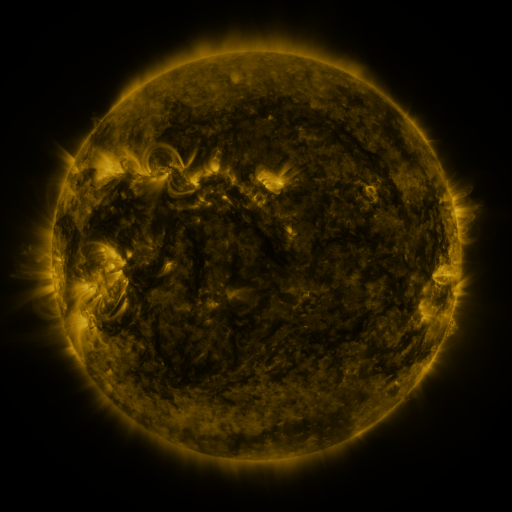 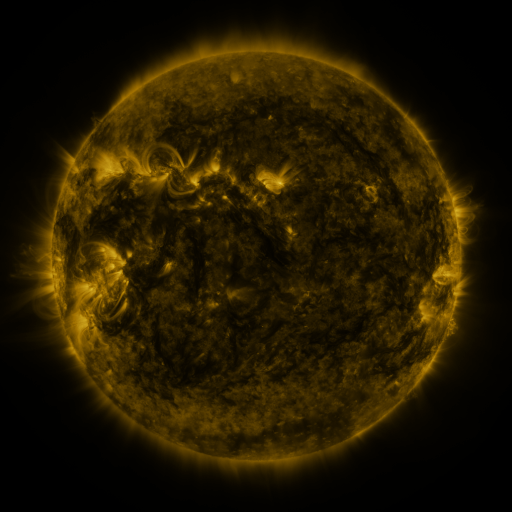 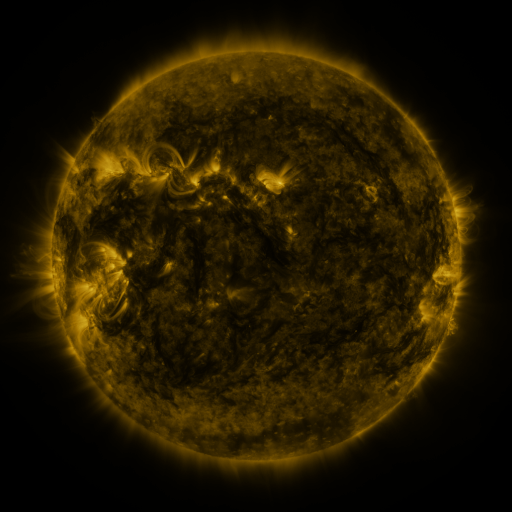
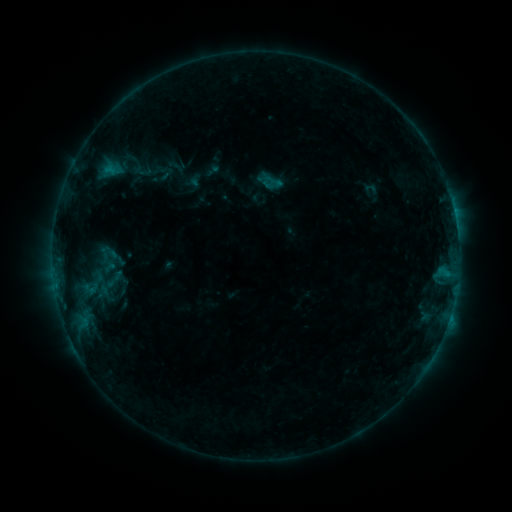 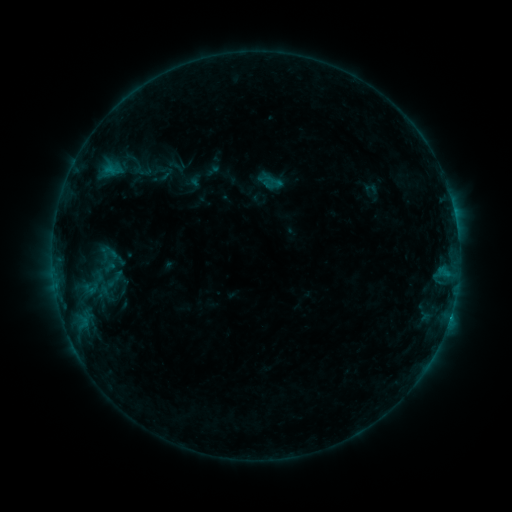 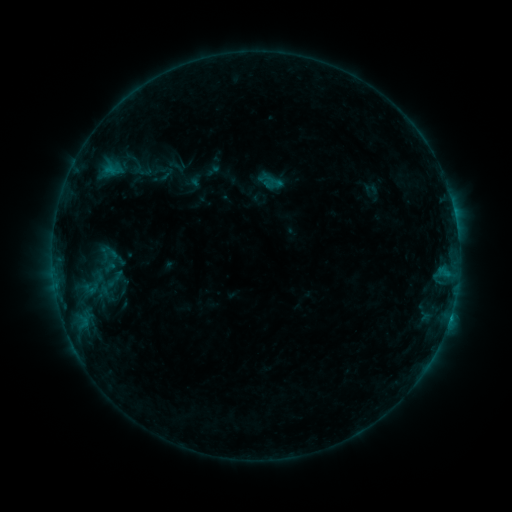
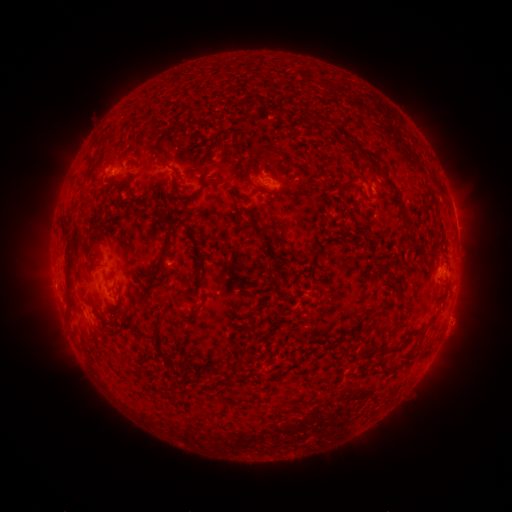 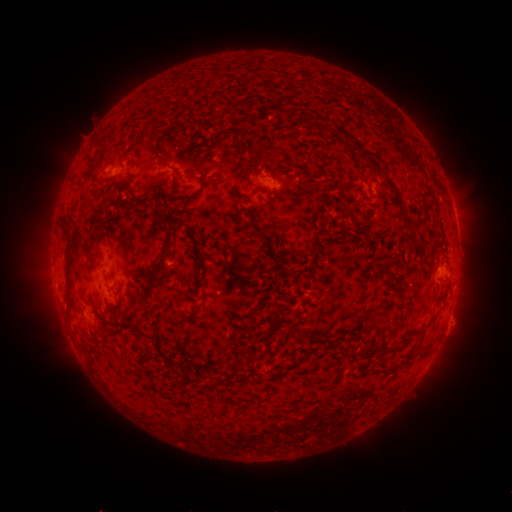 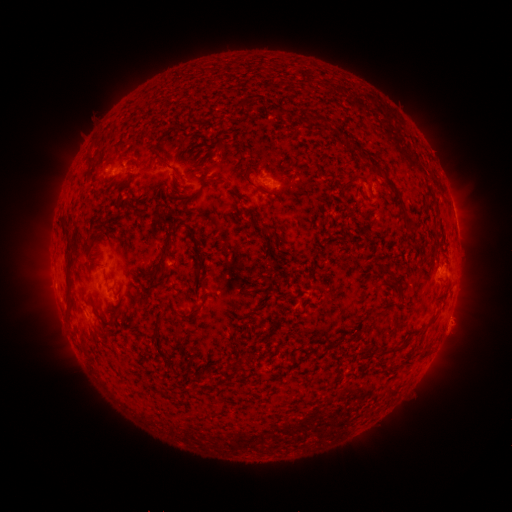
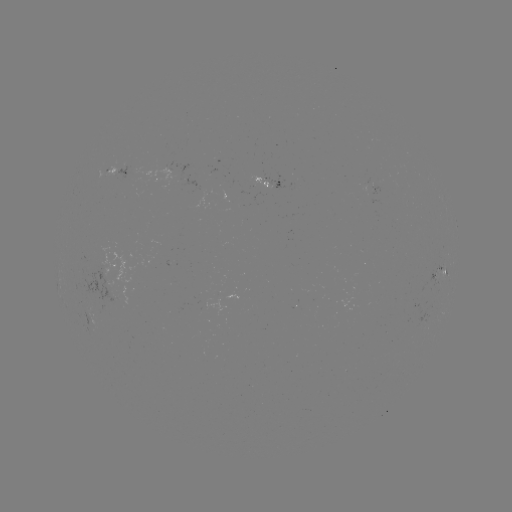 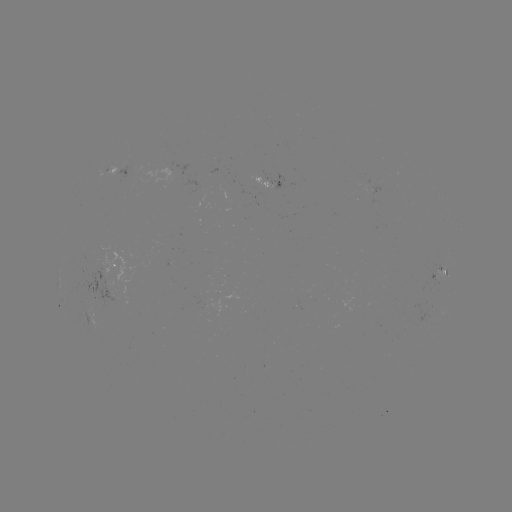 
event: flare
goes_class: B7.2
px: (450, 314)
